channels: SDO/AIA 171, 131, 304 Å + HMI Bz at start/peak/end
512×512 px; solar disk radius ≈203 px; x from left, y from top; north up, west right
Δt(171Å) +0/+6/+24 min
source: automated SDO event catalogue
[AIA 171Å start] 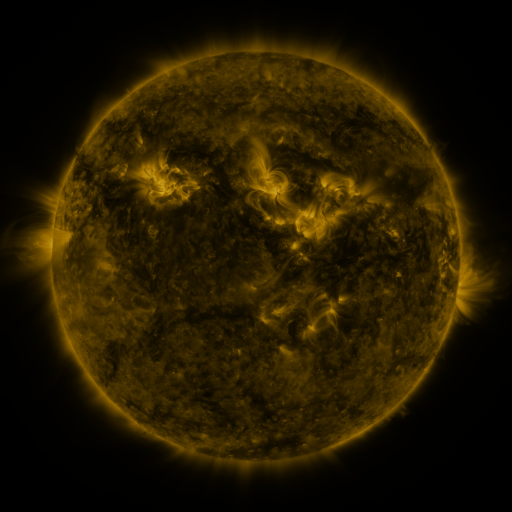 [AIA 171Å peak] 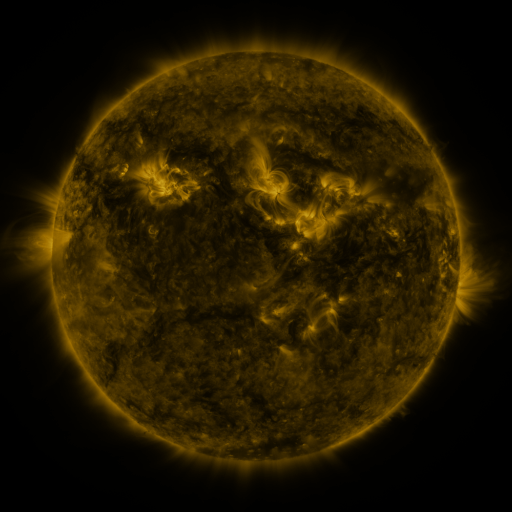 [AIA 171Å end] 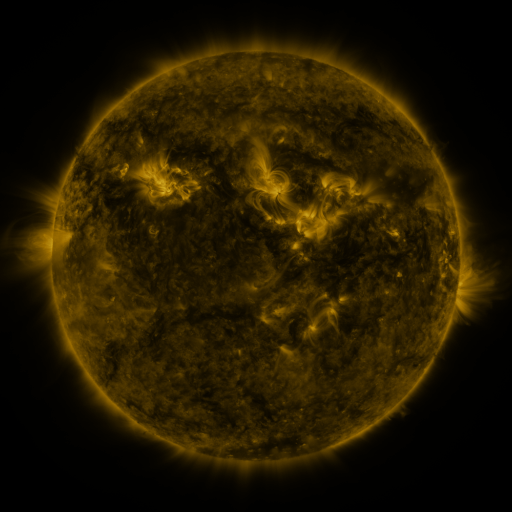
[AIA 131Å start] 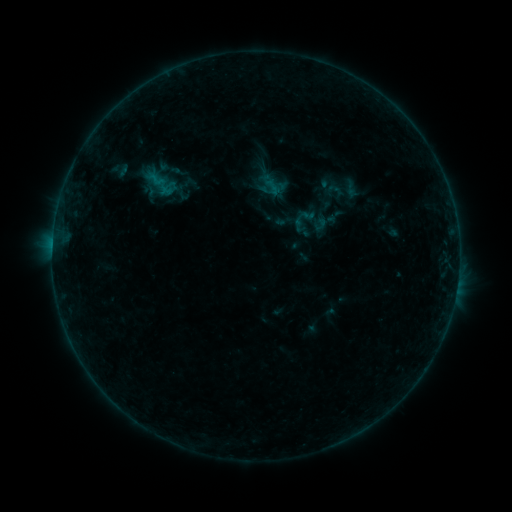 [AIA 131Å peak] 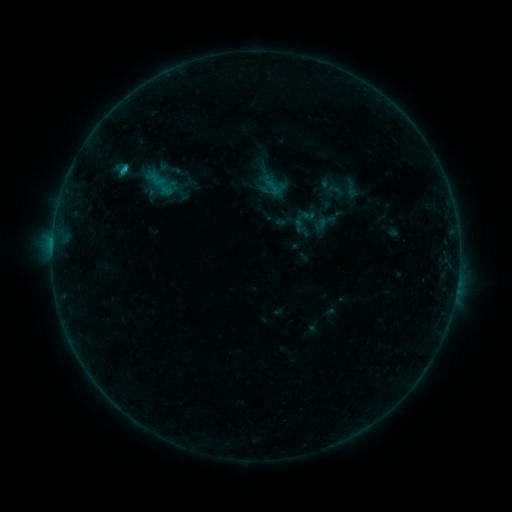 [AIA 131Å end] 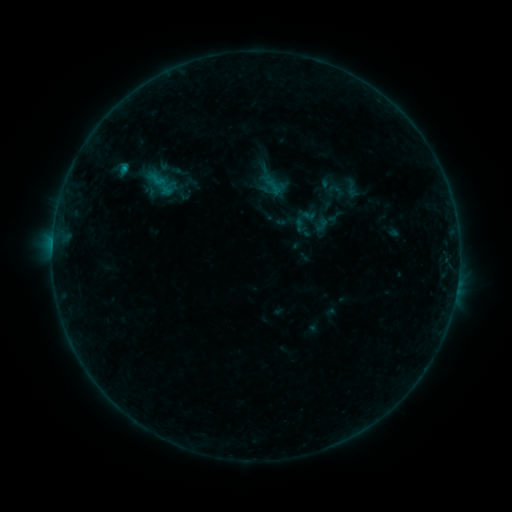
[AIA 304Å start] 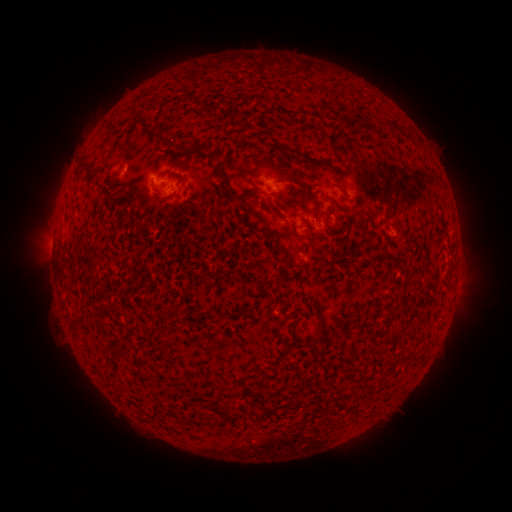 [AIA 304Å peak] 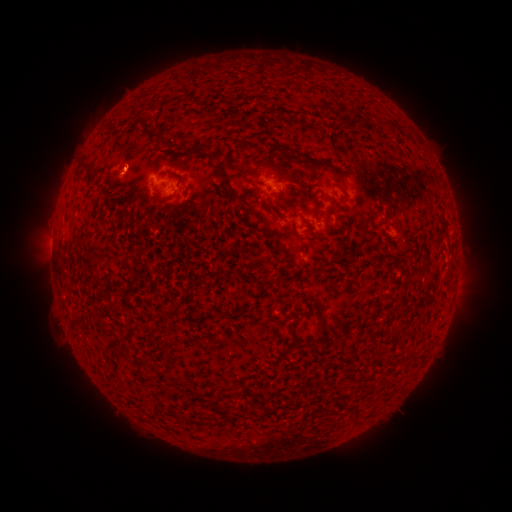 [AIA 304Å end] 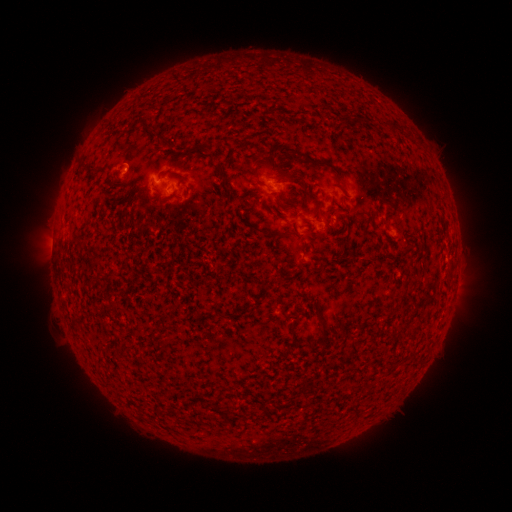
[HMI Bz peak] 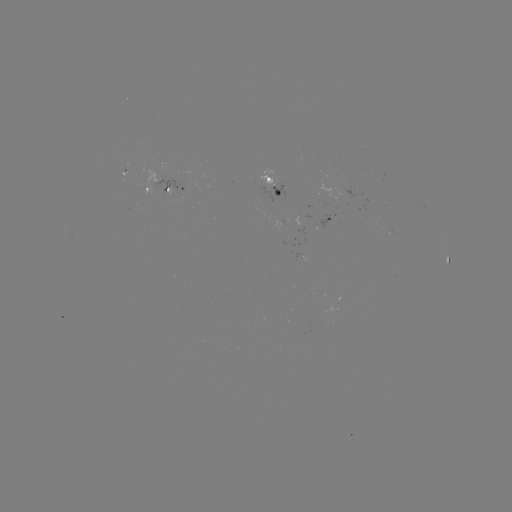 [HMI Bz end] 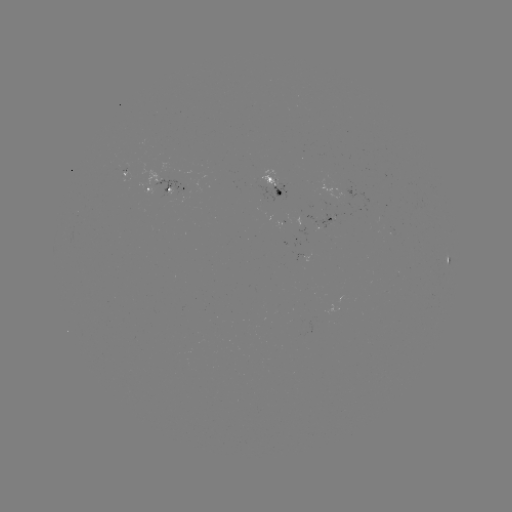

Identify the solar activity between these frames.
B5.8 flare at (124, 170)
